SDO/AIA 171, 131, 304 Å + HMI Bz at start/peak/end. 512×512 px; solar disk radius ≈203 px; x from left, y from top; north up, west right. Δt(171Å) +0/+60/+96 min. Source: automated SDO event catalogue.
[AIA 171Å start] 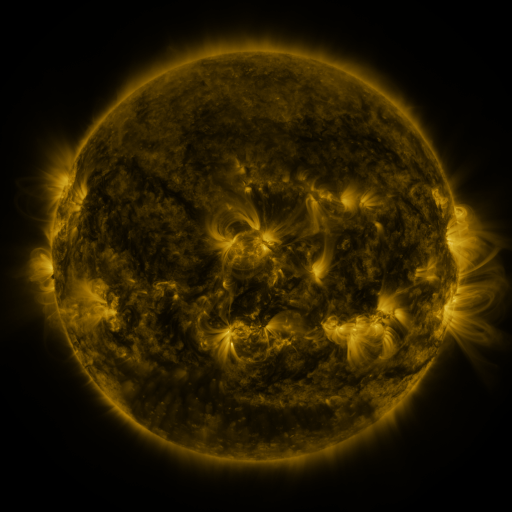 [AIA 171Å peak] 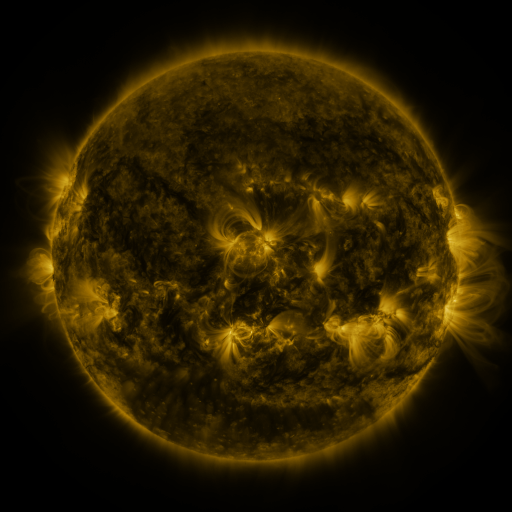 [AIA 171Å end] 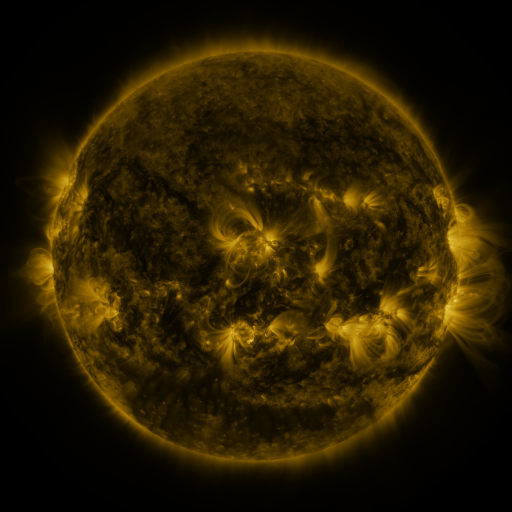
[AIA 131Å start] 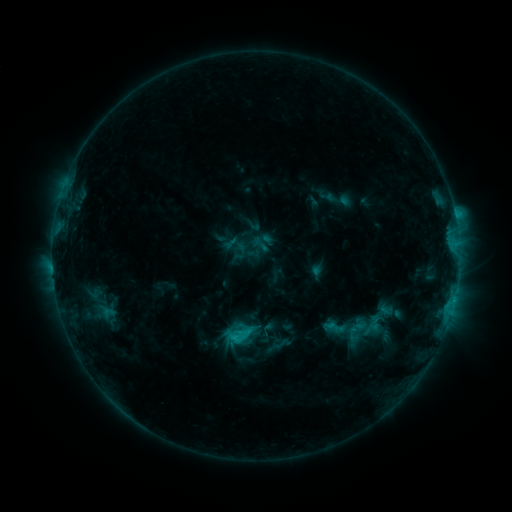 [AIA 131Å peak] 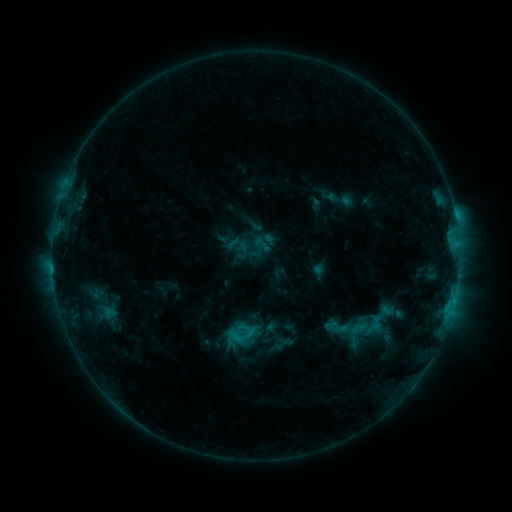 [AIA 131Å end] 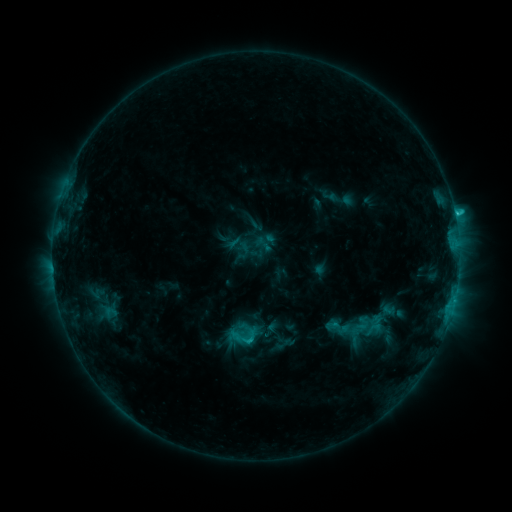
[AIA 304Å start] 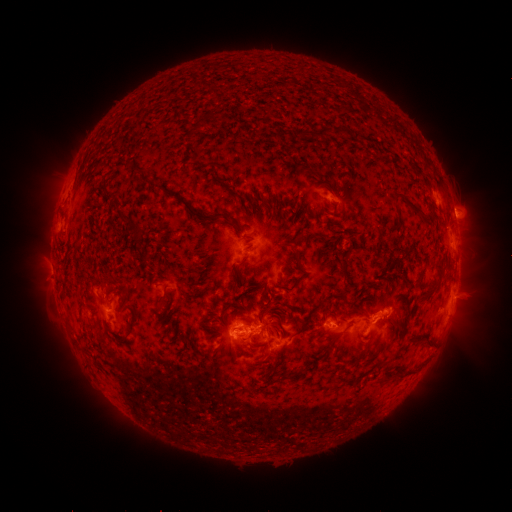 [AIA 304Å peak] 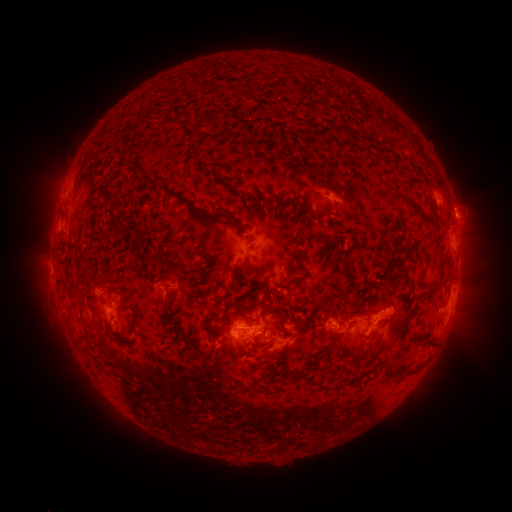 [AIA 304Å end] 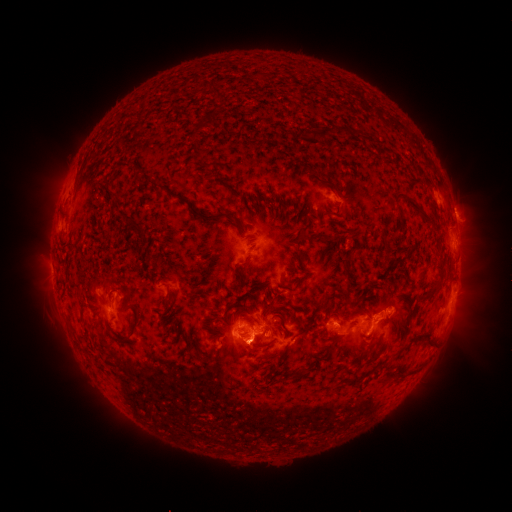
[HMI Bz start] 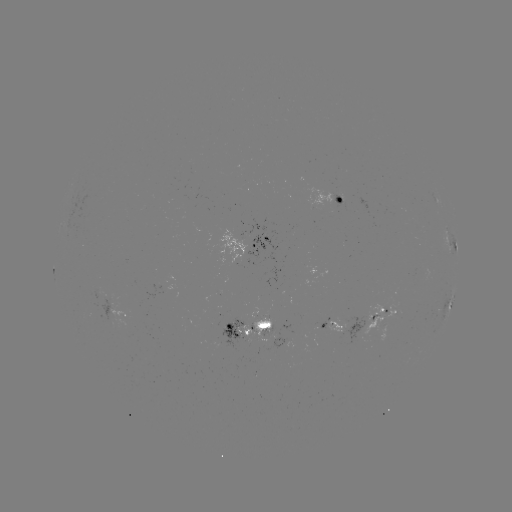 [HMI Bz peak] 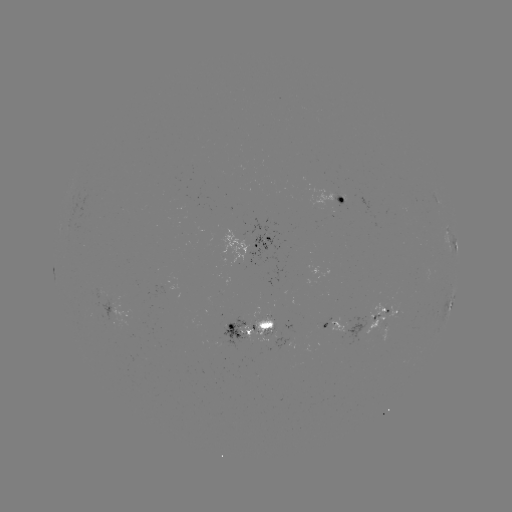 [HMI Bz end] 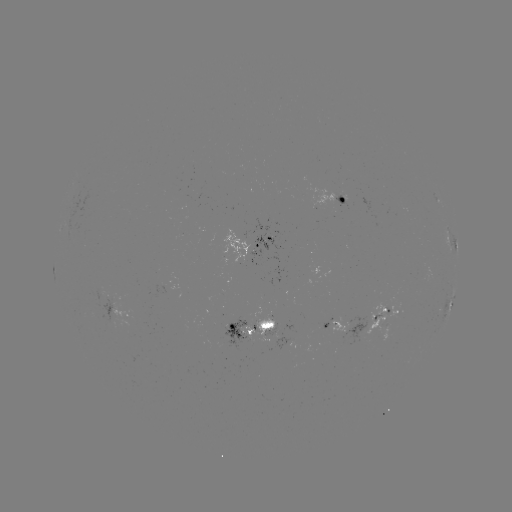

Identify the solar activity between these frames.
emerging-flux region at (221, 335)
